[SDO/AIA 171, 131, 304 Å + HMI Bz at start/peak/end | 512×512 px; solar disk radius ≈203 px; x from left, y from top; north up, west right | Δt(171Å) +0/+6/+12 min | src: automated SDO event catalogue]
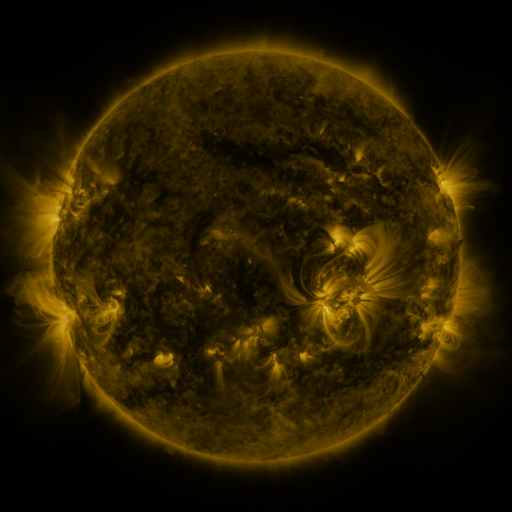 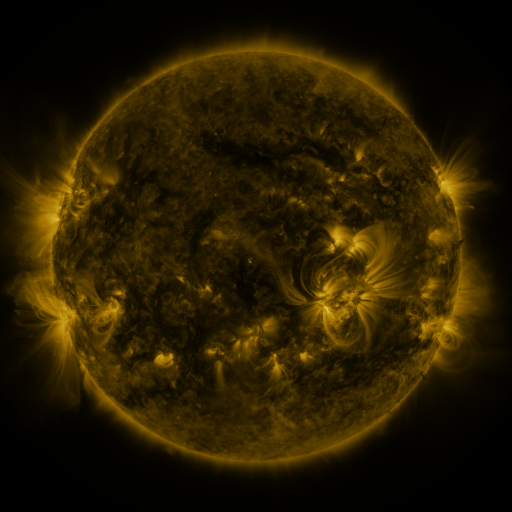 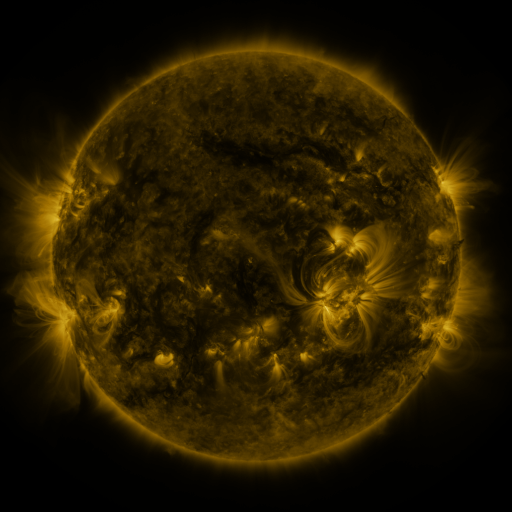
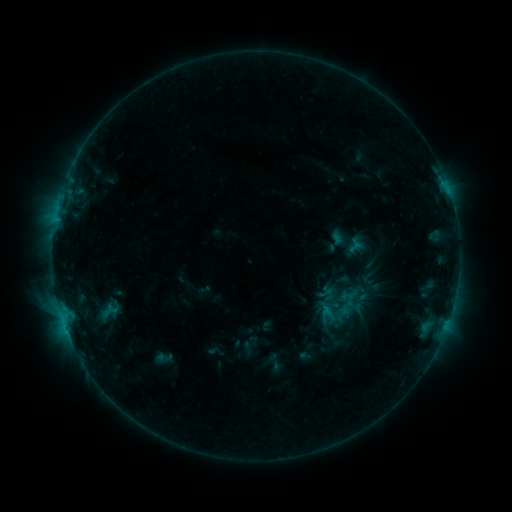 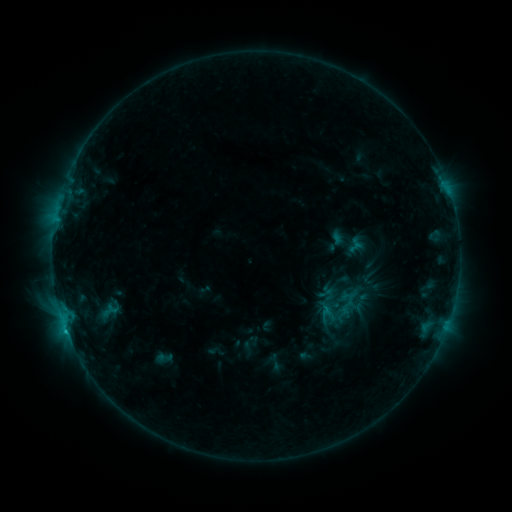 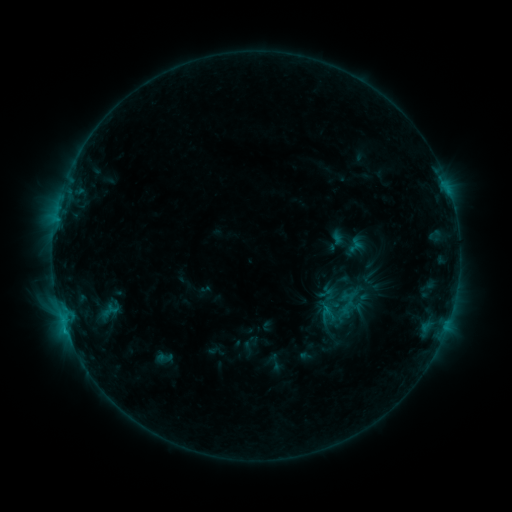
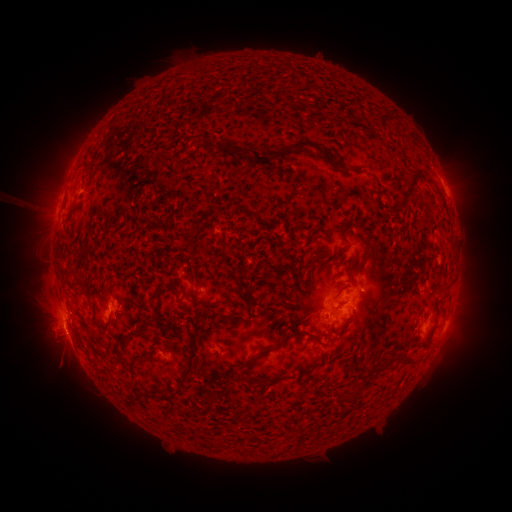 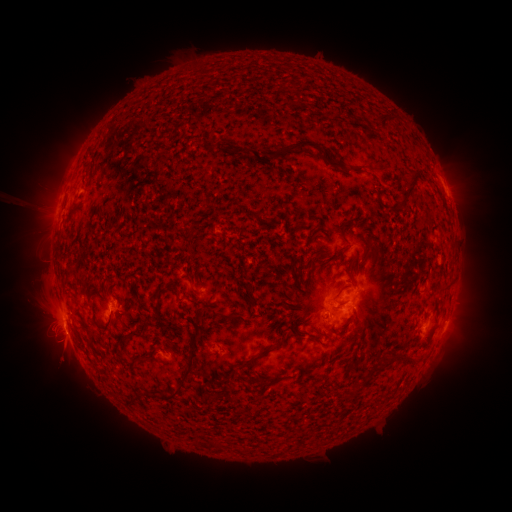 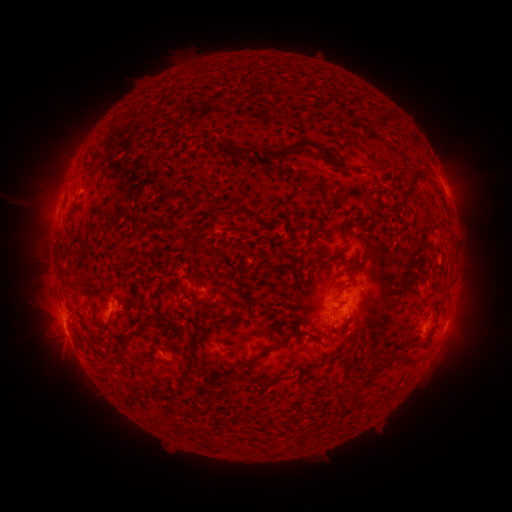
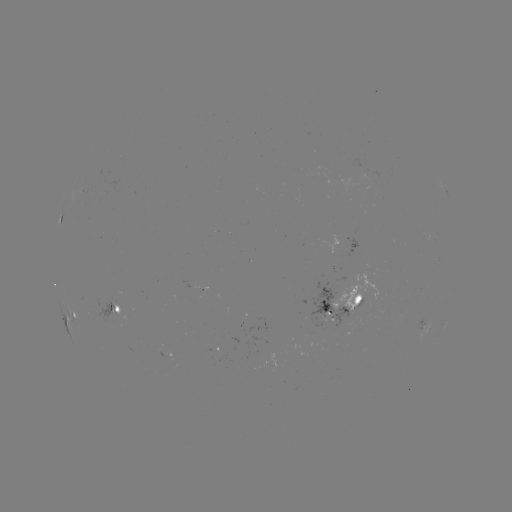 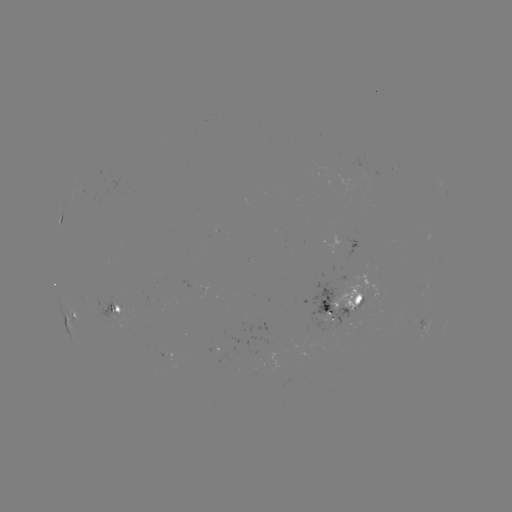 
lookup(C1.3 flare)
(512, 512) [66, 329]